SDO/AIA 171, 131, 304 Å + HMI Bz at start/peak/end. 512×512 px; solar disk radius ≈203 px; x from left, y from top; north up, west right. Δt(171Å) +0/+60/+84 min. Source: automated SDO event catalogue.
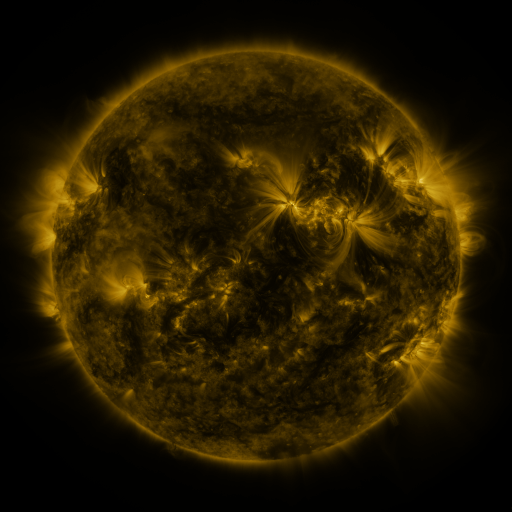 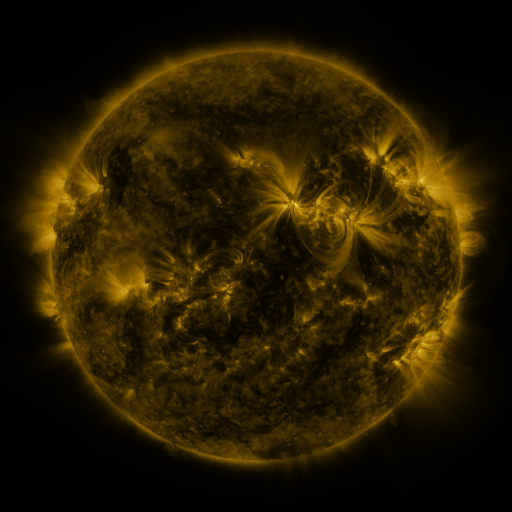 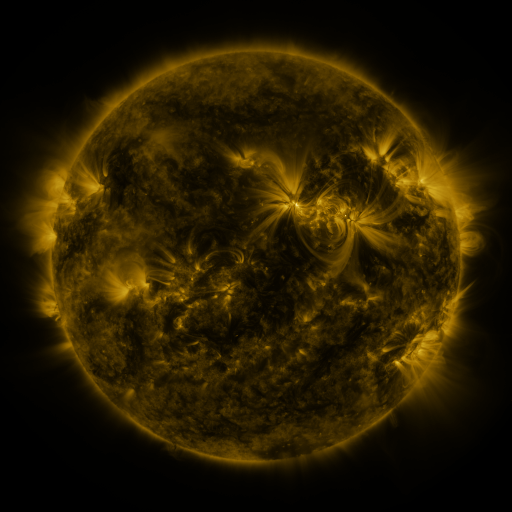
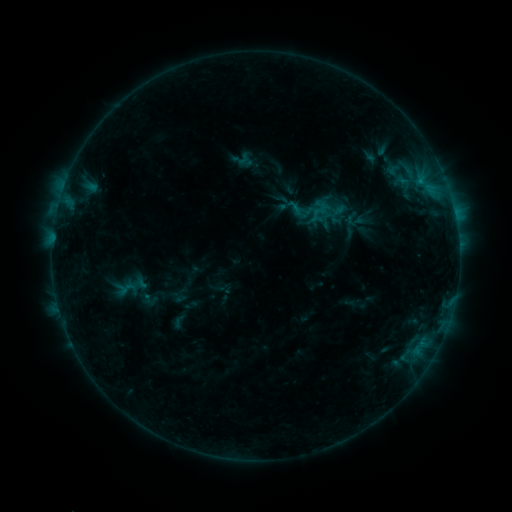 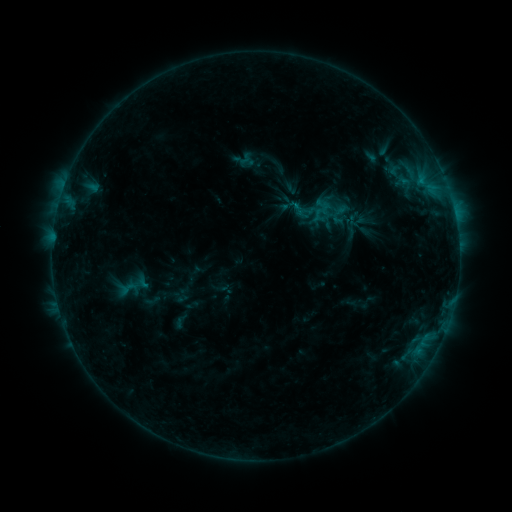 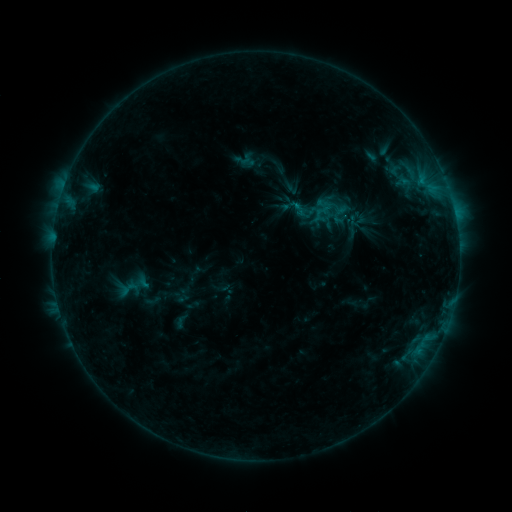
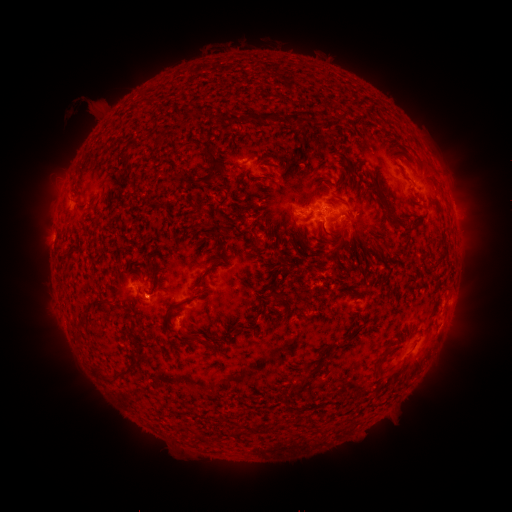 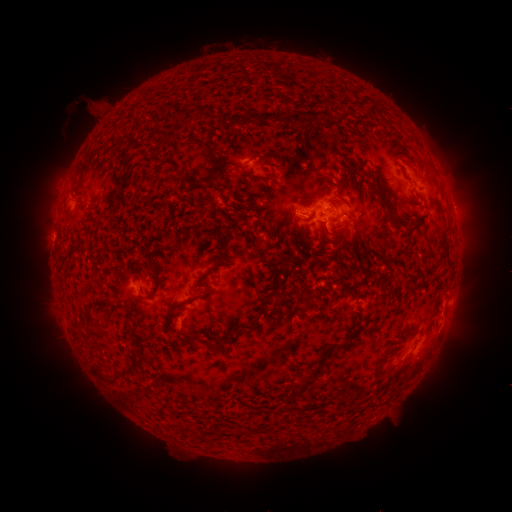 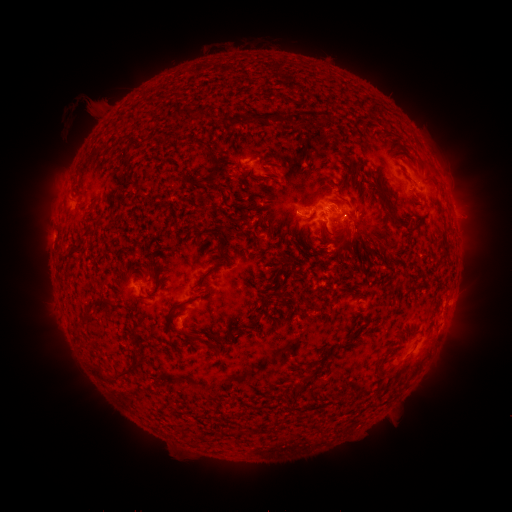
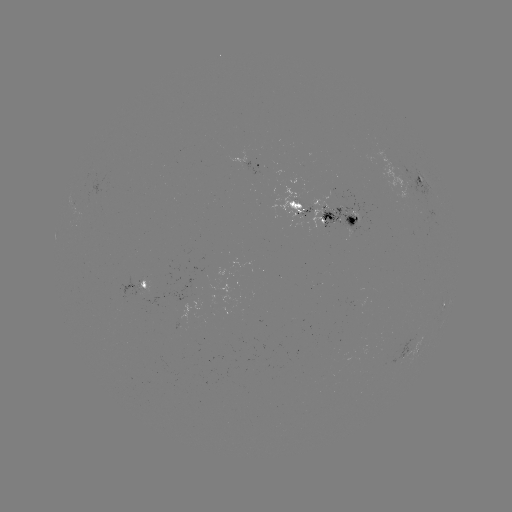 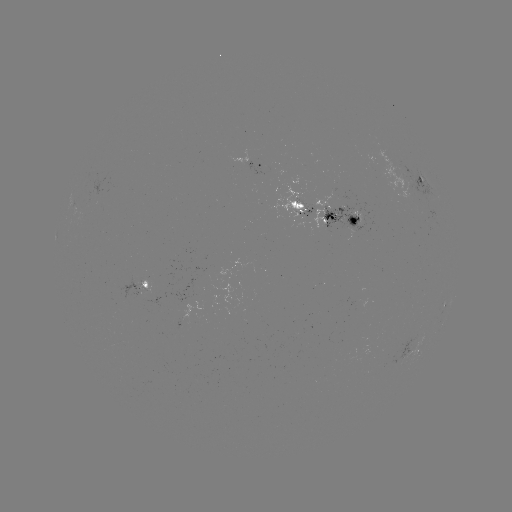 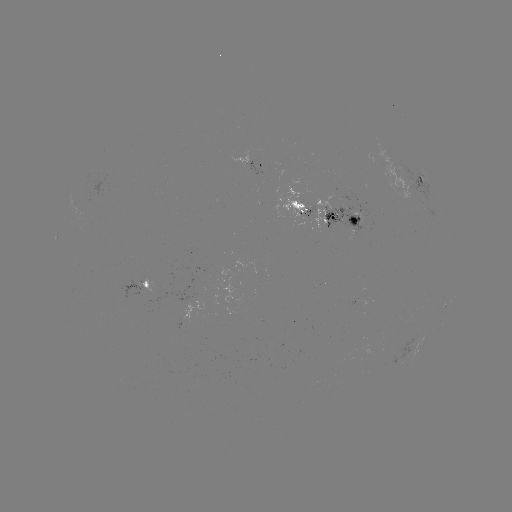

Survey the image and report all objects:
emerging-flux region: (347, 232)
